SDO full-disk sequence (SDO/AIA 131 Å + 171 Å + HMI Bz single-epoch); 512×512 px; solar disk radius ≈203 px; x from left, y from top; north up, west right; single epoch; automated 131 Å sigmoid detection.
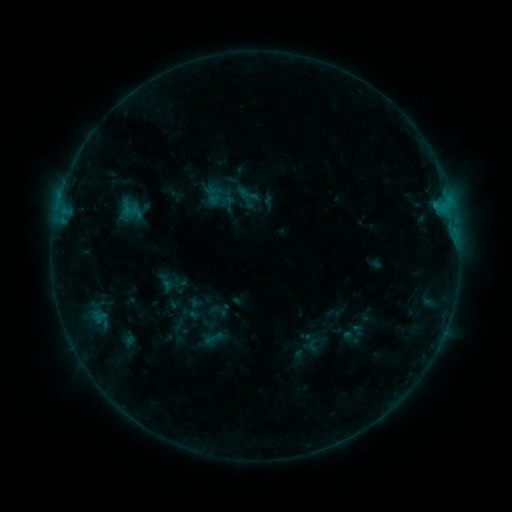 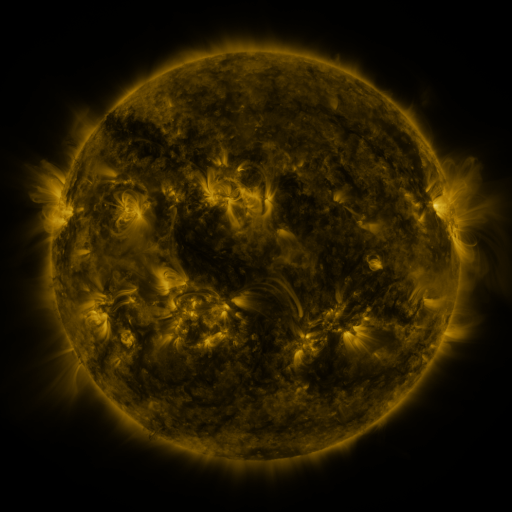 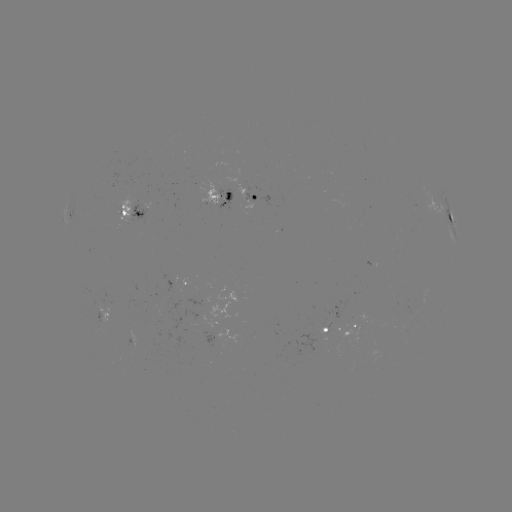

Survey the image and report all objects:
sigmoid: [238, 184, 258, 205]
sigmoid: [200, 327, 226, 349]
